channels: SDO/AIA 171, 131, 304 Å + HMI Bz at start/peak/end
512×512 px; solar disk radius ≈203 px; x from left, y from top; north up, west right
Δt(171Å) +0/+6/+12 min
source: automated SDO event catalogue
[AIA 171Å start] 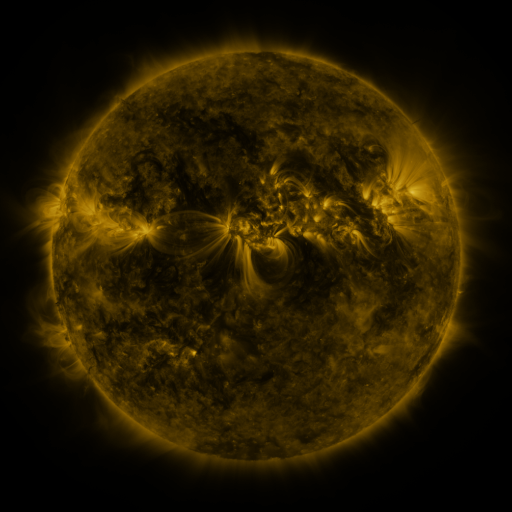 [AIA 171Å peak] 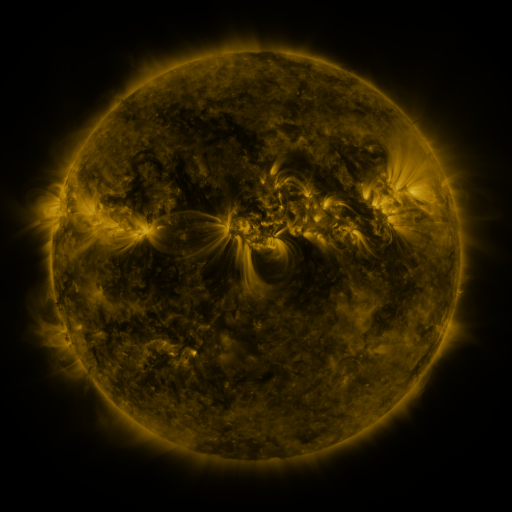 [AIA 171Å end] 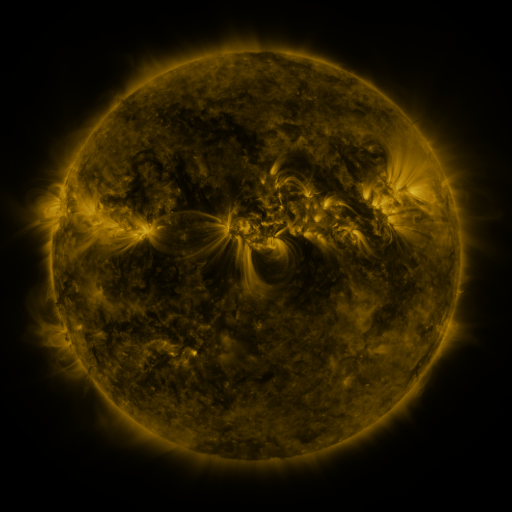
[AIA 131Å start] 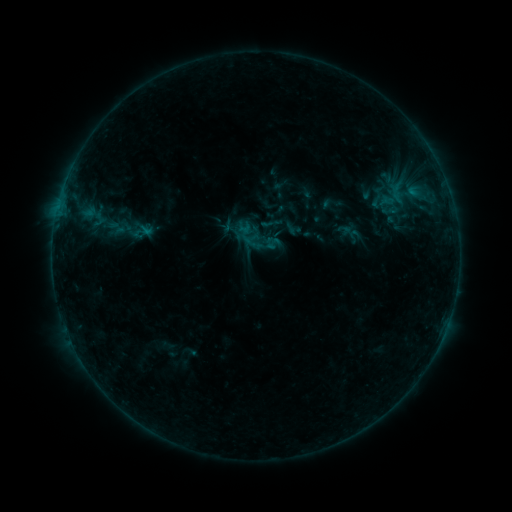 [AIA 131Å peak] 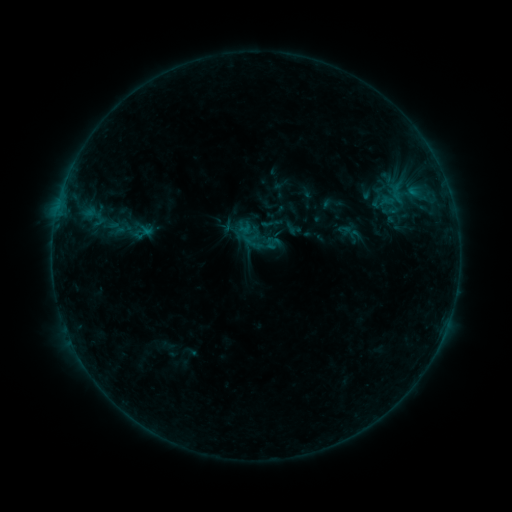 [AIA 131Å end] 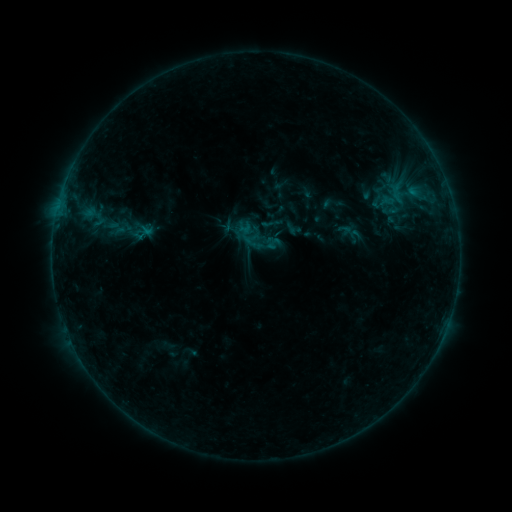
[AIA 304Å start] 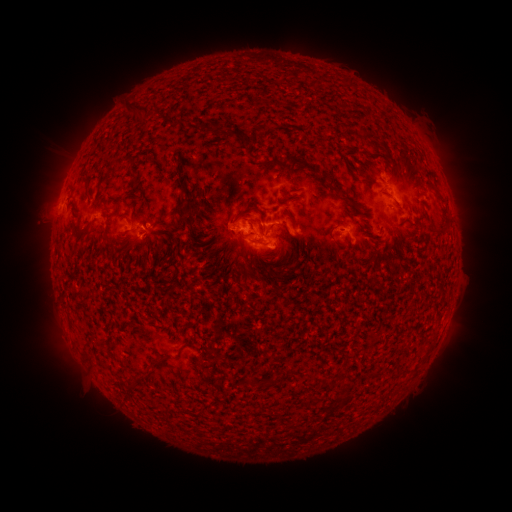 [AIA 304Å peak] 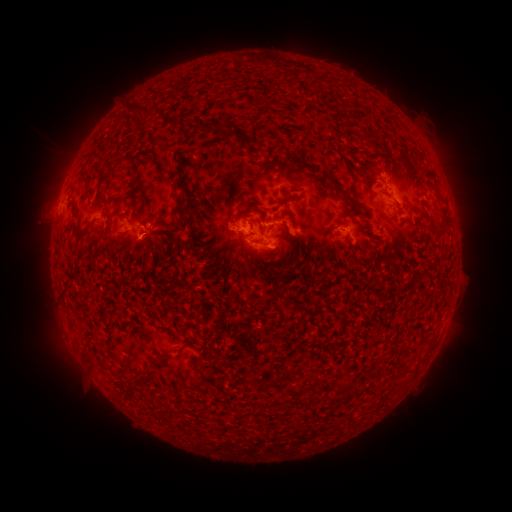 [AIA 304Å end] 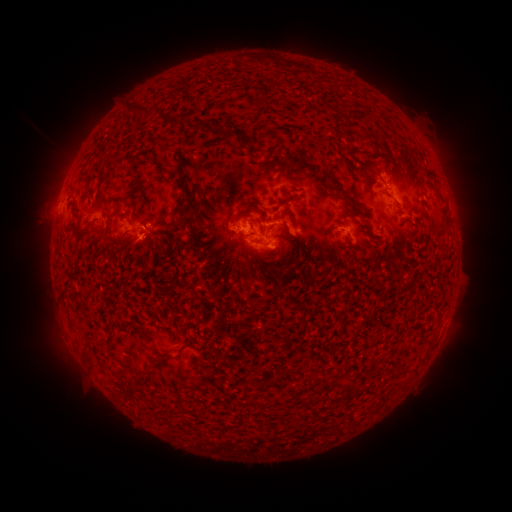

nothing was catalogued: no classed flare, no EUV trigger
